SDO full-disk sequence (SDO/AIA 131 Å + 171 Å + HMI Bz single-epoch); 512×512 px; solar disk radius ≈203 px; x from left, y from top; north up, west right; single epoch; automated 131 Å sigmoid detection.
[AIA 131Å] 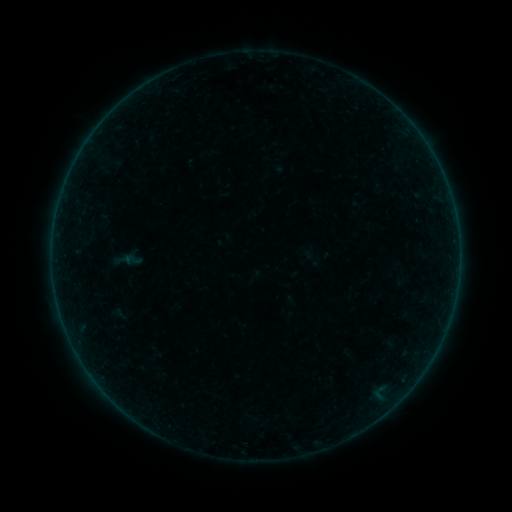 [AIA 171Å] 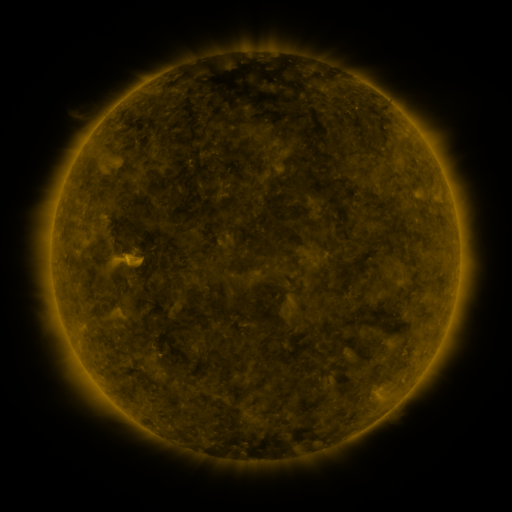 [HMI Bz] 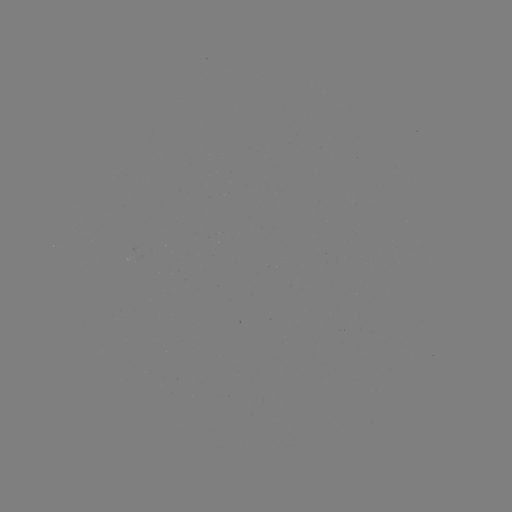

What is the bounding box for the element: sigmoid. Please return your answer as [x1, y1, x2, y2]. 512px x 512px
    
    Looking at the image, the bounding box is [123, 249, 142, 270].